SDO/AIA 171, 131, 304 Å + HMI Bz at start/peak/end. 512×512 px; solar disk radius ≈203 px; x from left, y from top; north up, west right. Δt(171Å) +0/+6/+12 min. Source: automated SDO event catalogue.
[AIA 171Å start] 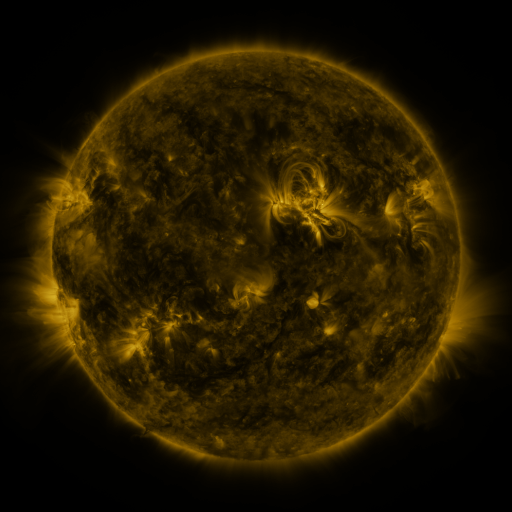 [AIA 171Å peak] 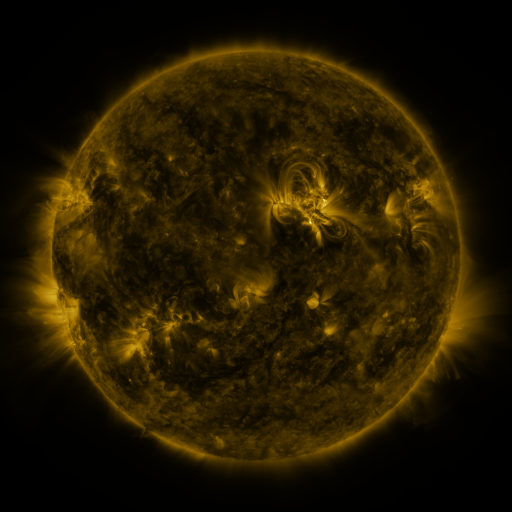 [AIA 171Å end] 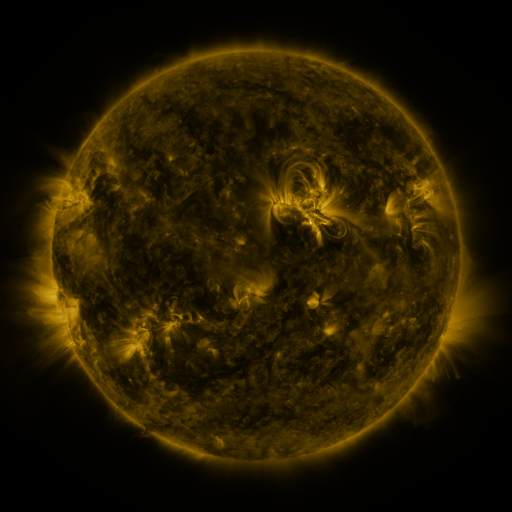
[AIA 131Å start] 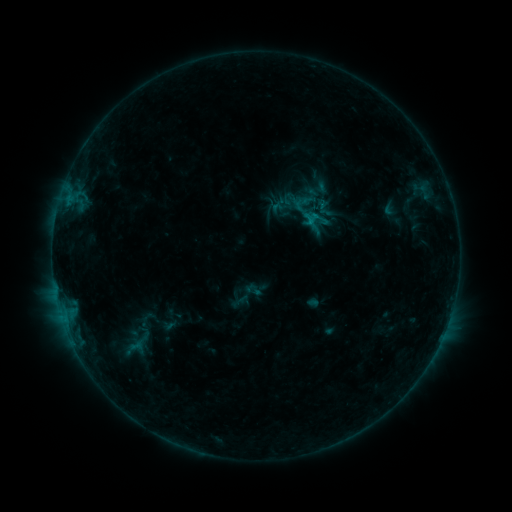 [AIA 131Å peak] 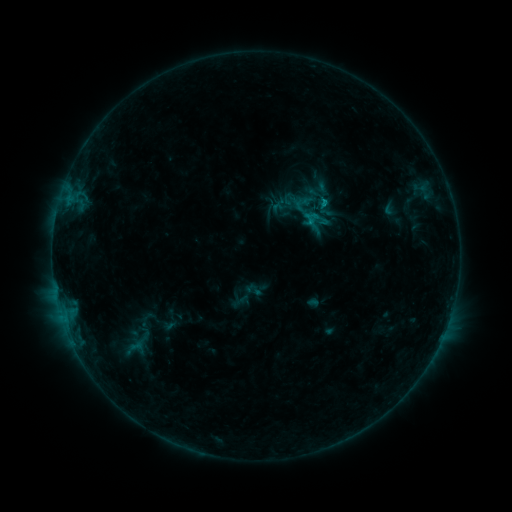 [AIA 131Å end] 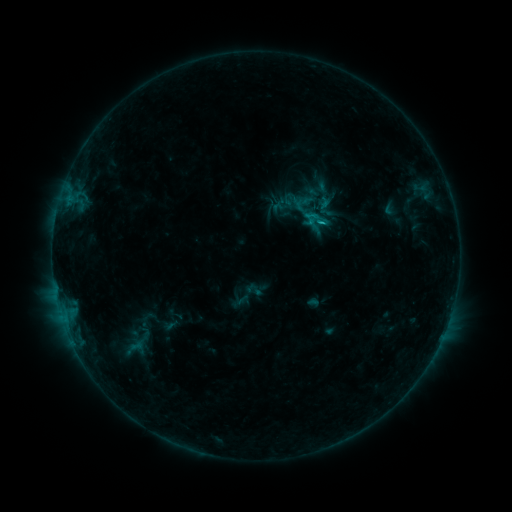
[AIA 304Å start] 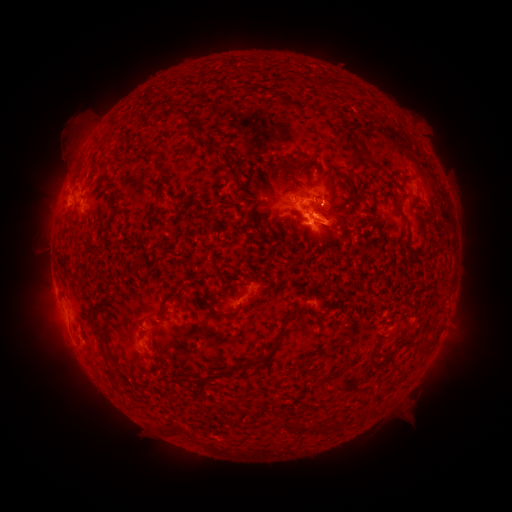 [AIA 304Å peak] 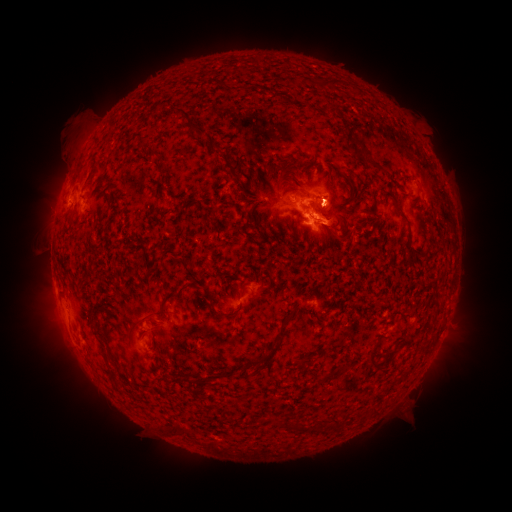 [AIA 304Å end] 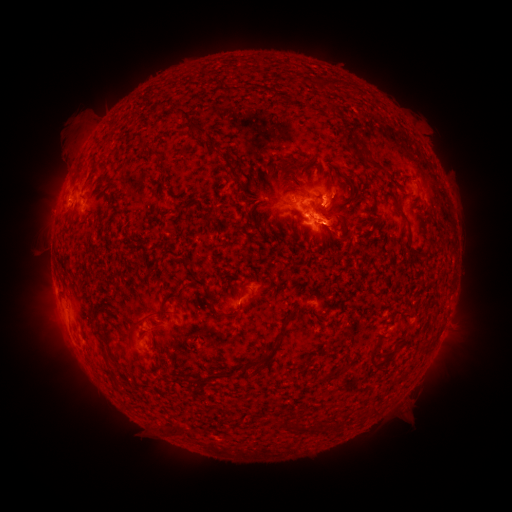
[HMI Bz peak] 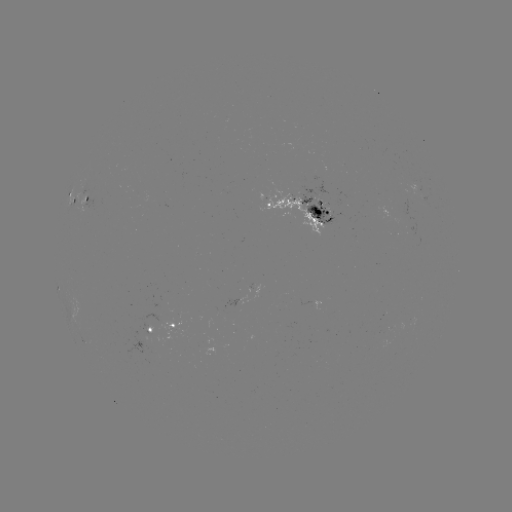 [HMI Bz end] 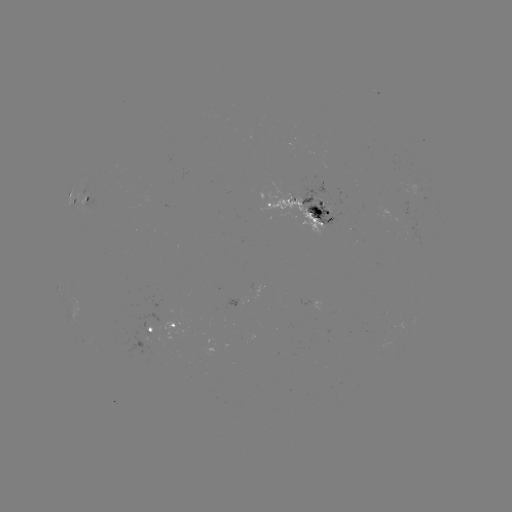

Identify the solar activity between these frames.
eruption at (343, 196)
